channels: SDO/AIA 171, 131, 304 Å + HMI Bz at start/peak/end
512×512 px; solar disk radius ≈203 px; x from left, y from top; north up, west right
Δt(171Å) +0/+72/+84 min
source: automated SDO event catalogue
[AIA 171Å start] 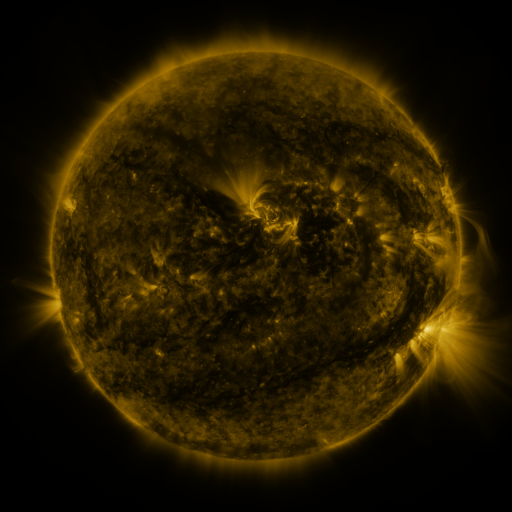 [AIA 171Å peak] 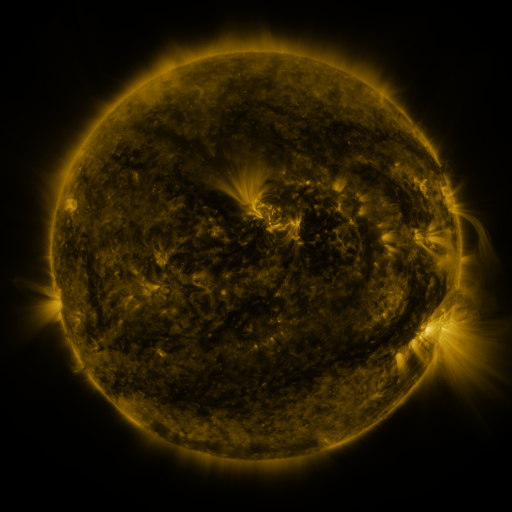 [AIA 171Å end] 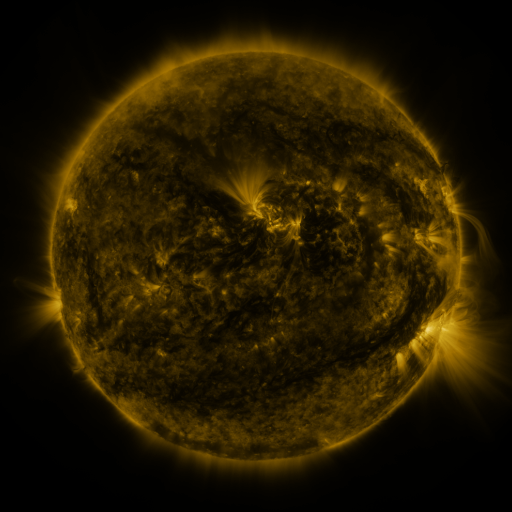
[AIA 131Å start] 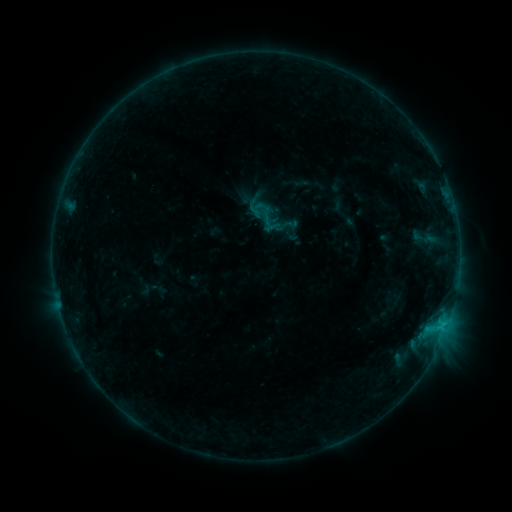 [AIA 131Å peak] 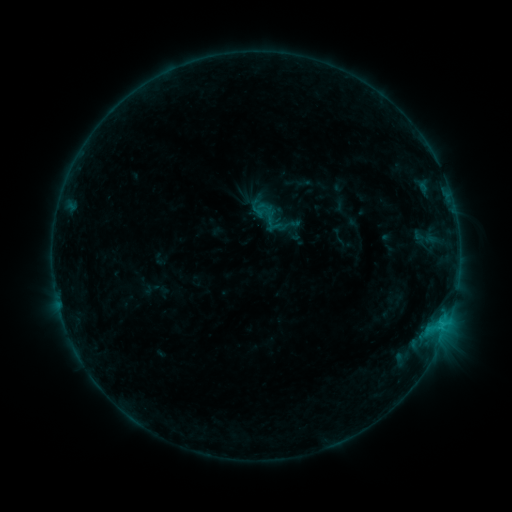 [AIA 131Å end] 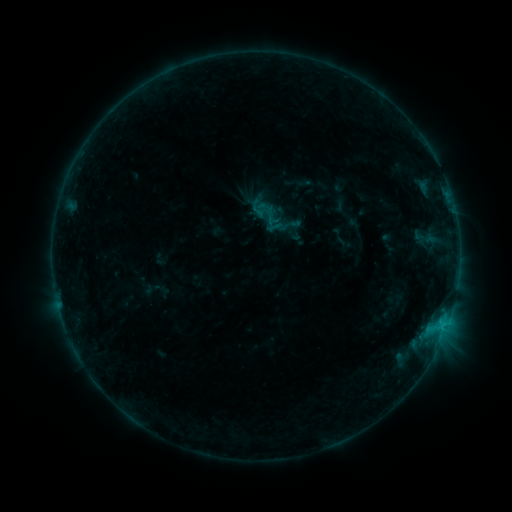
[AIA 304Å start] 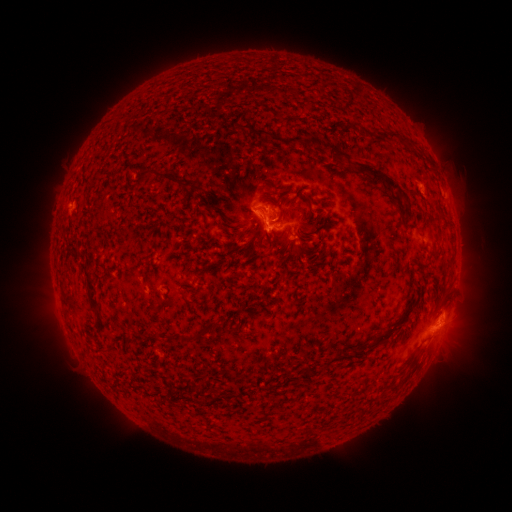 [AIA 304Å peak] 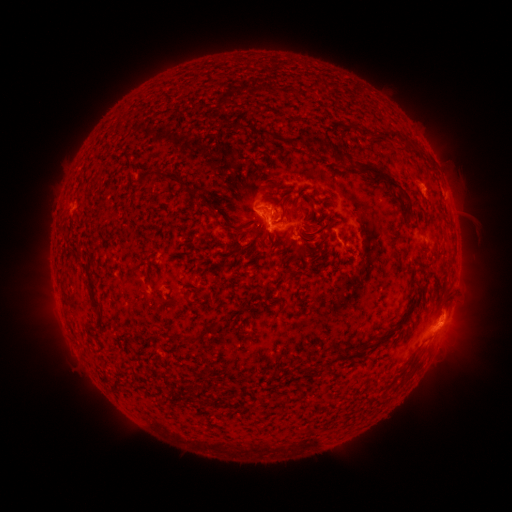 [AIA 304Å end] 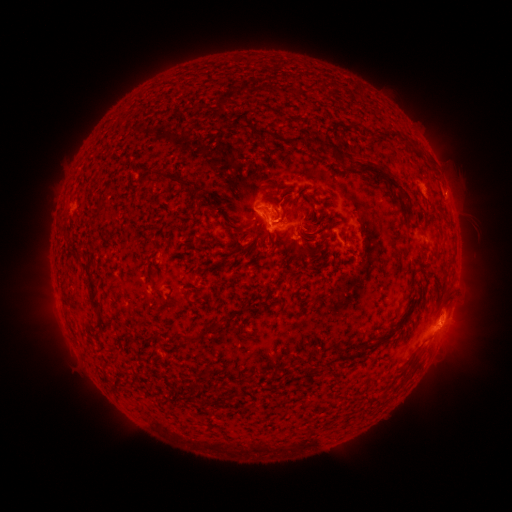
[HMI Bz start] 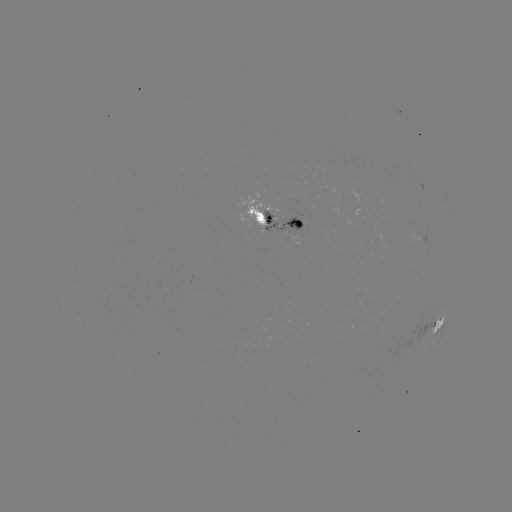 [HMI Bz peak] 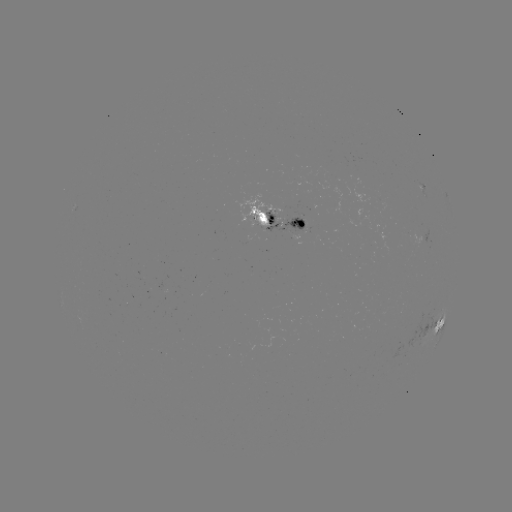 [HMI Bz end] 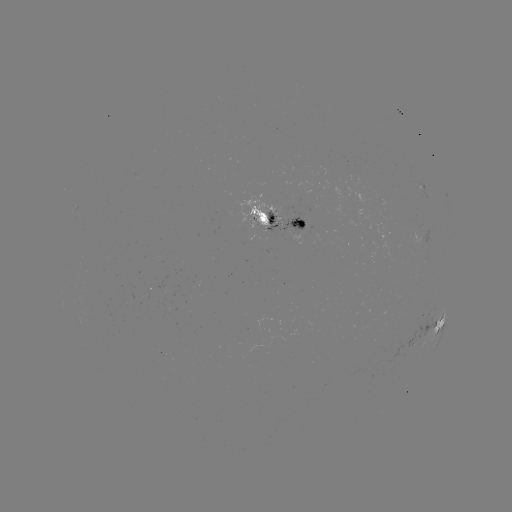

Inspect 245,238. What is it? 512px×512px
emerging-flux region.